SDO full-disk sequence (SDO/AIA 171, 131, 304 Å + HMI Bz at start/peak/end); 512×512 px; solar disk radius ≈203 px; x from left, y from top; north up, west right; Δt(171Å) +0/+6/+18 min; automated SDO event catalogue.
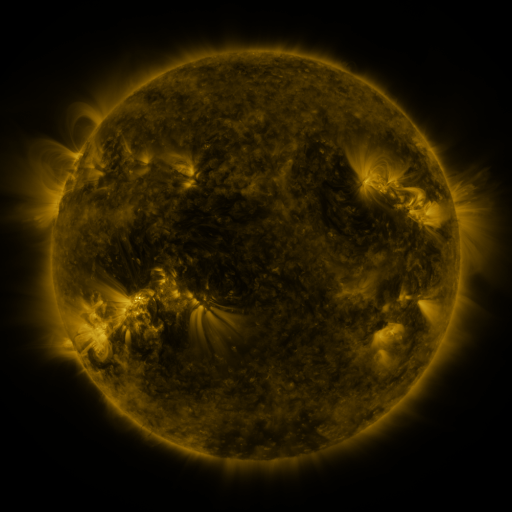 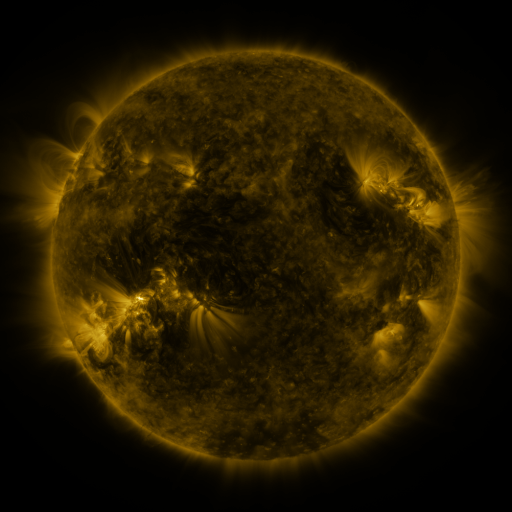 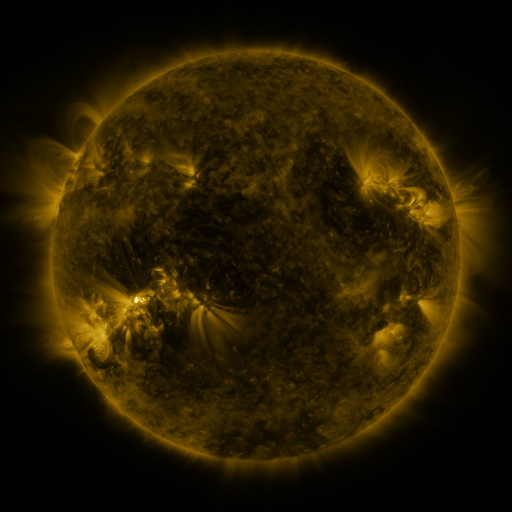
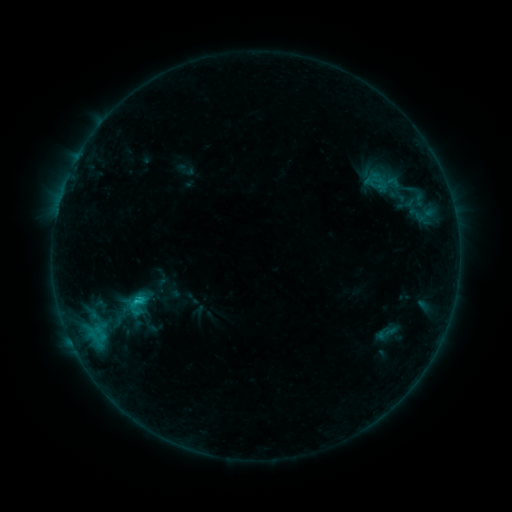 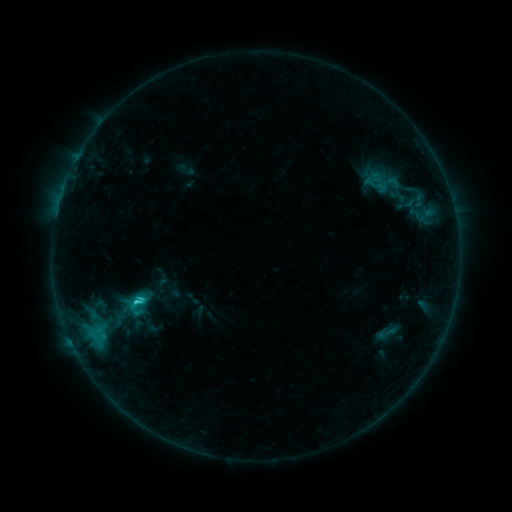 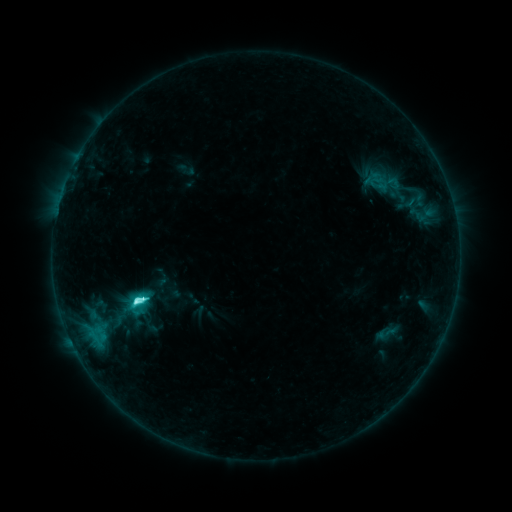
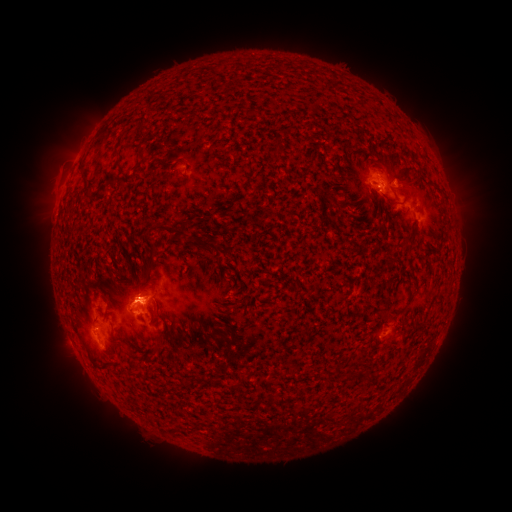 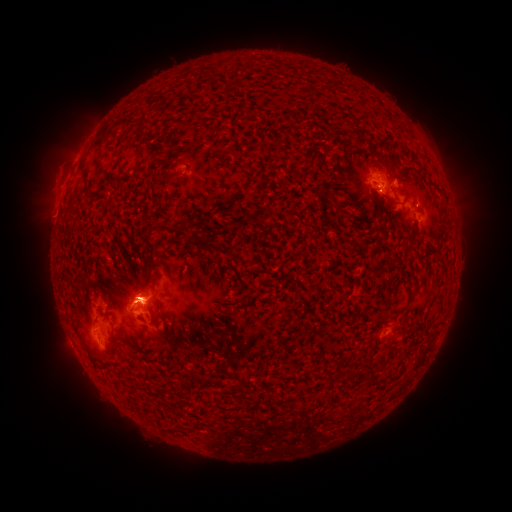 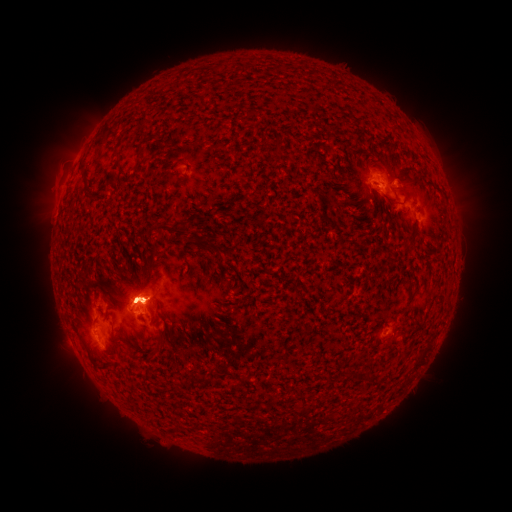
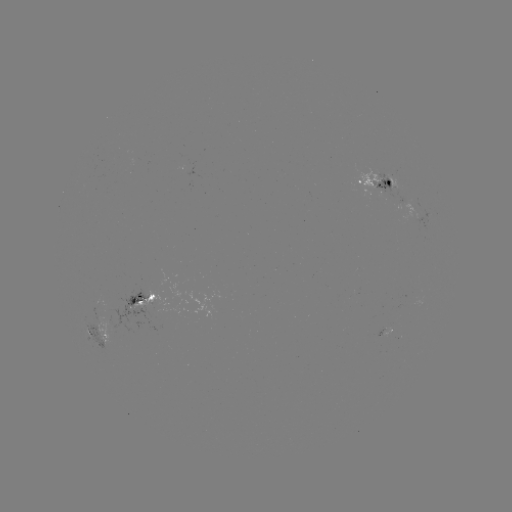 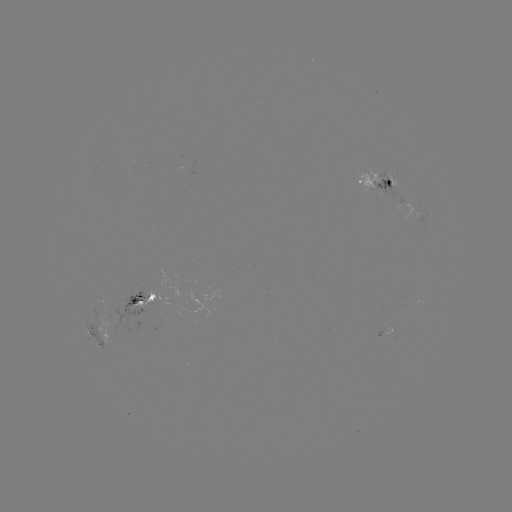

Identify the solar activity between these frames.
C7.7 flare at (138, 301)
